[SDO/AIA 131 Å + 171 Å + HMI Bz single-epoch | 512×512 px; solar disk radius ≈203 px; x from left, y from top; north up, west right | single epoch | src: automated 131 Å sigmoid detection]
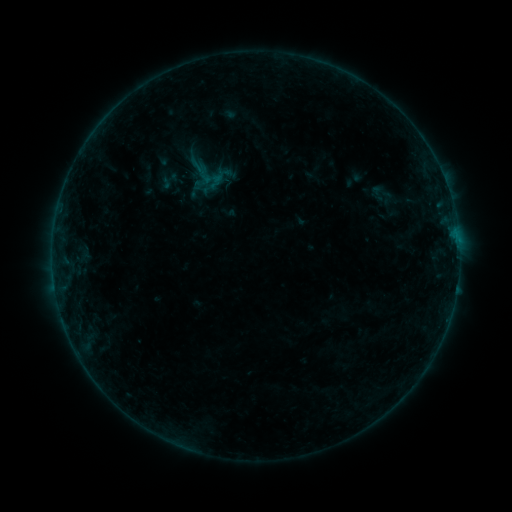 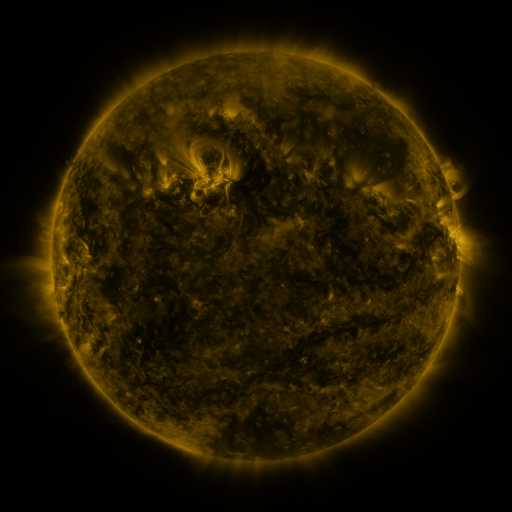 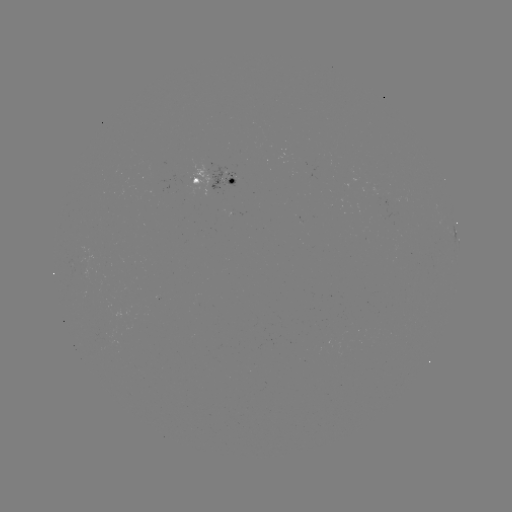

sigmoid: (366, 182, 389, 204)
